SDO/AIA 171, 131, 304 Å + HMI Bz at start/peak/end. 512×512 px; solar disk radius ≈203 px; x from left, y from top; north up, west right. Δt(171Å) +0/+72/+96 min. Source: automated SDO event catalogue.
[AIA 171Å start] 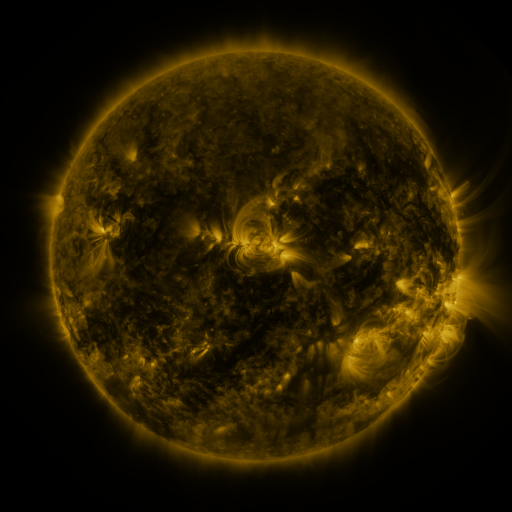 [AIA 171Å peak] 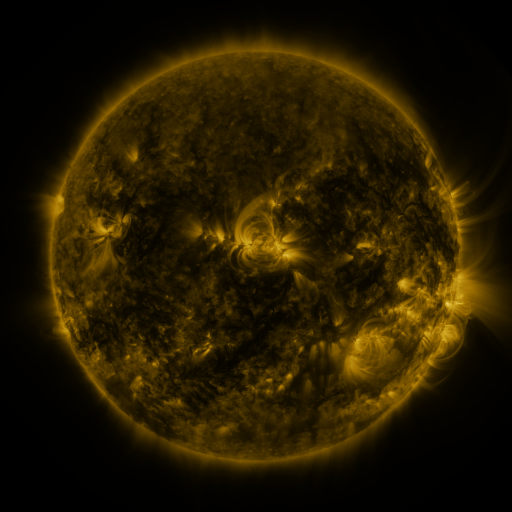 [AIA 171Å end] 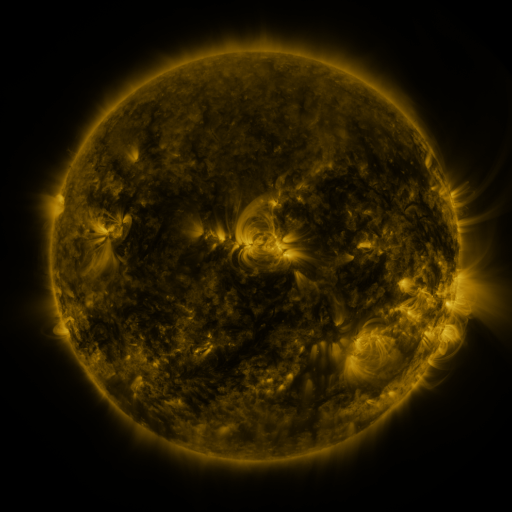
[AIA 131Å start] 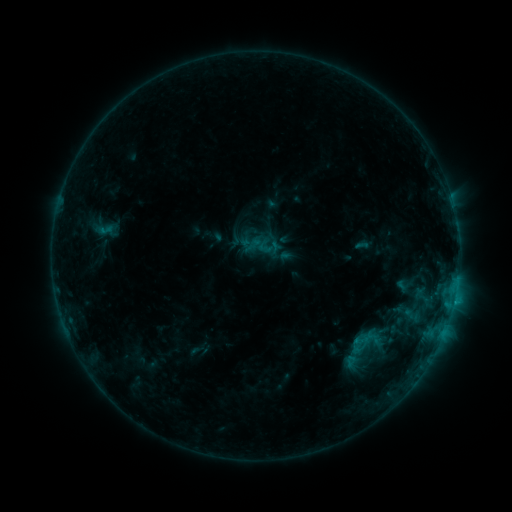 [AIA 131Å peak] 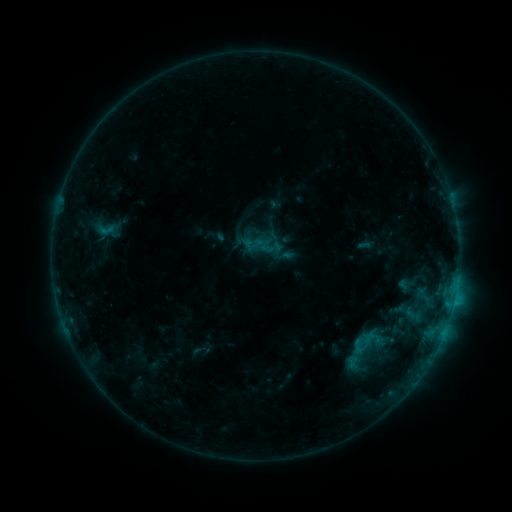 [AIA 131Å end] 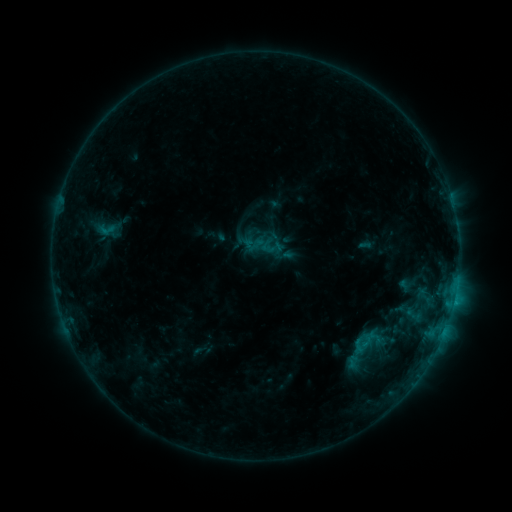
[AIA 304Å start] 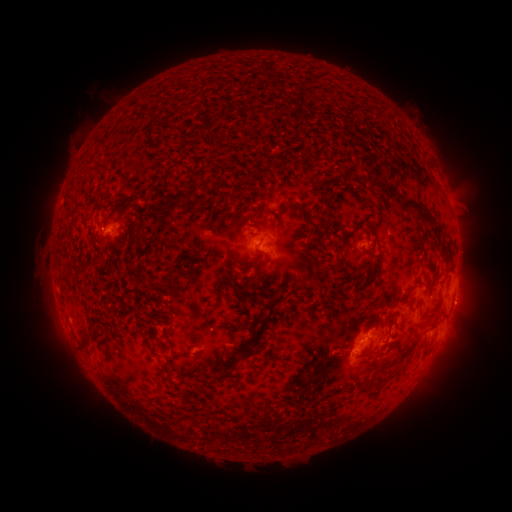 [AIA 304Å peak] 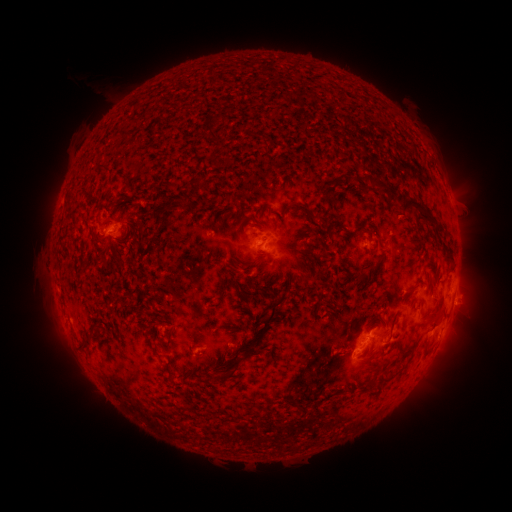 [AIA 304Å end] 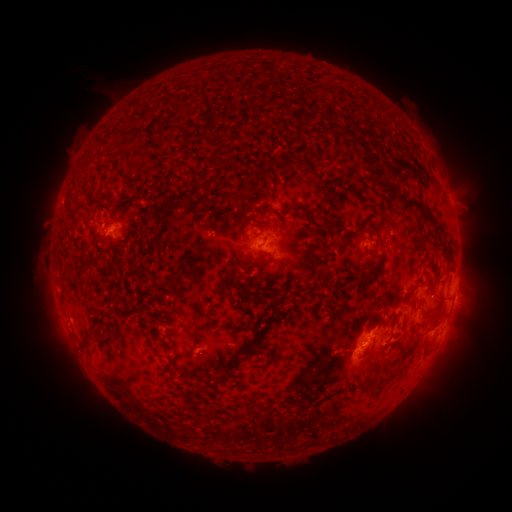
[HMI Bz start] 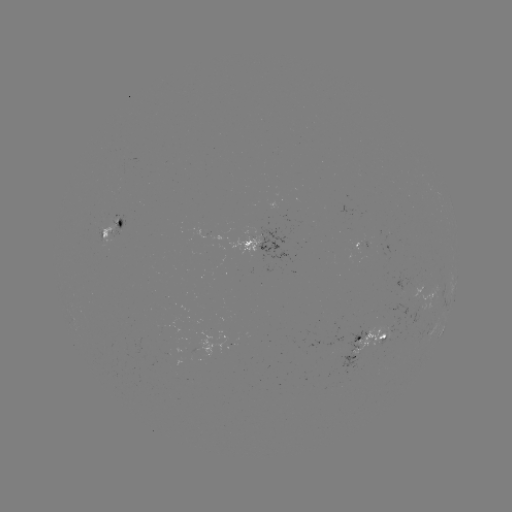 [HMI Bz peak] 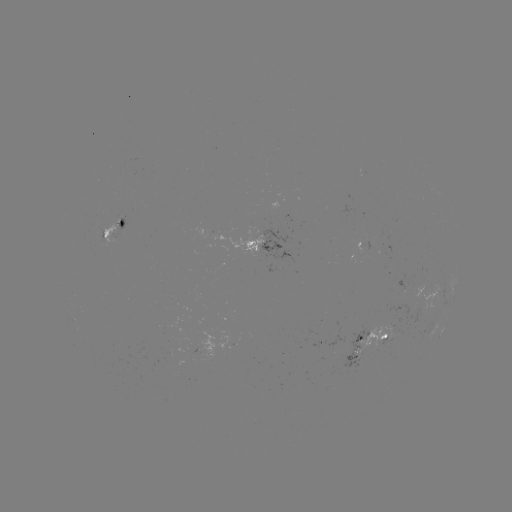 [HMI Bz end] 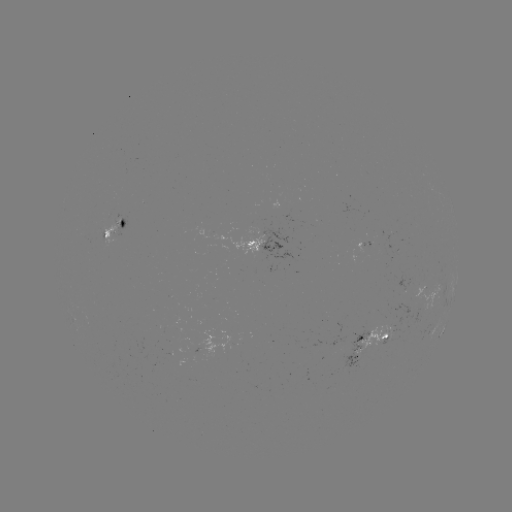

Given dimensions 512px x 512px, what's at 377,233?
emerging-flux region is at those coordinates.